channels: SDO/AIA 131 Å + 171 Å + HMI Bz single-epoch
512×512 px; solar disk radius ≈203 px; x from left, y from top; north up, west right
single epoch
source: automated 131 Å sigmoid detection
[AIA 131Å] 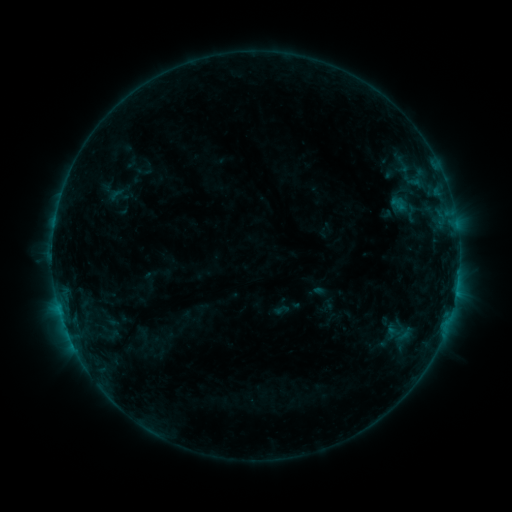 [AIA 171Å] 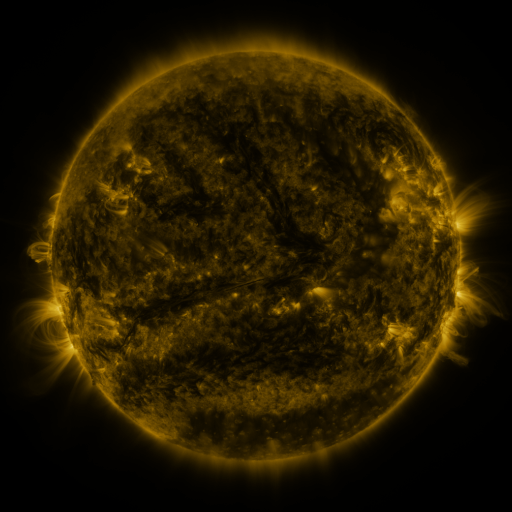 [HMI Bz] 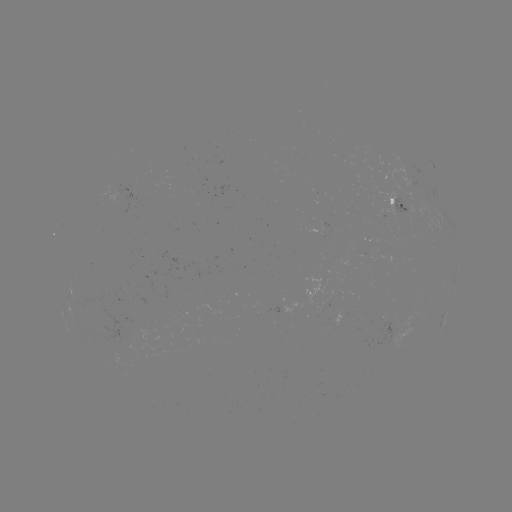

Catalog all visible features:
sigmoid: (399, 200, 423, 225)
